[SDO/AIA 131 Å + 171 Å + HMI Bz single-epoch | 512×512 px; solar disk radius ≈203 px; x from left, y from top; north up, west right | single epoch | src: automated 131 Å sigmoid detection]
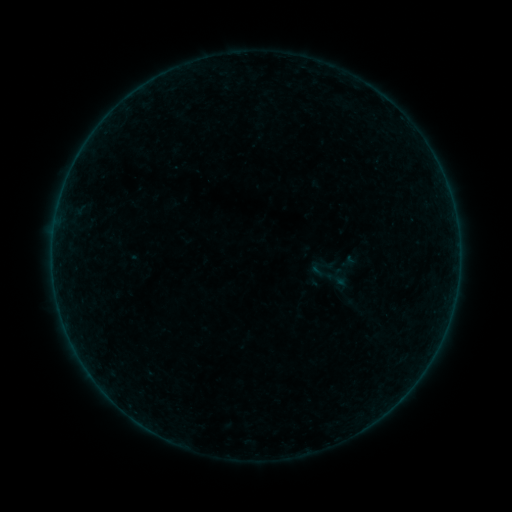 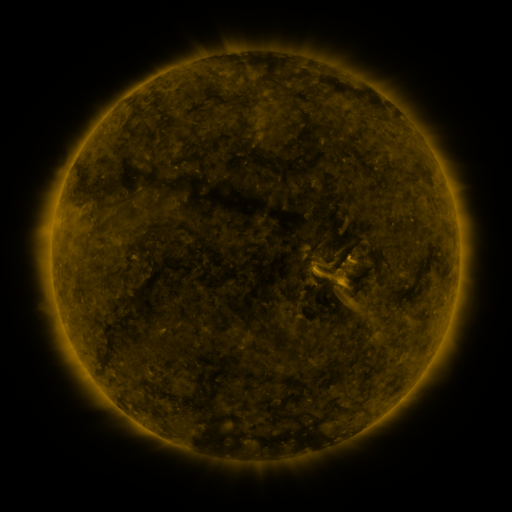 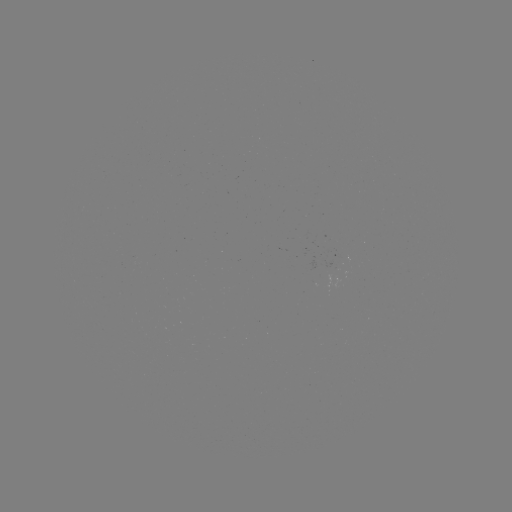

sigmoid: [307, 250, 350, 298]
